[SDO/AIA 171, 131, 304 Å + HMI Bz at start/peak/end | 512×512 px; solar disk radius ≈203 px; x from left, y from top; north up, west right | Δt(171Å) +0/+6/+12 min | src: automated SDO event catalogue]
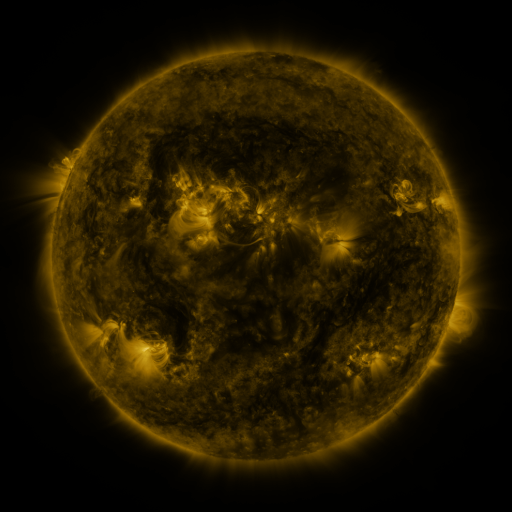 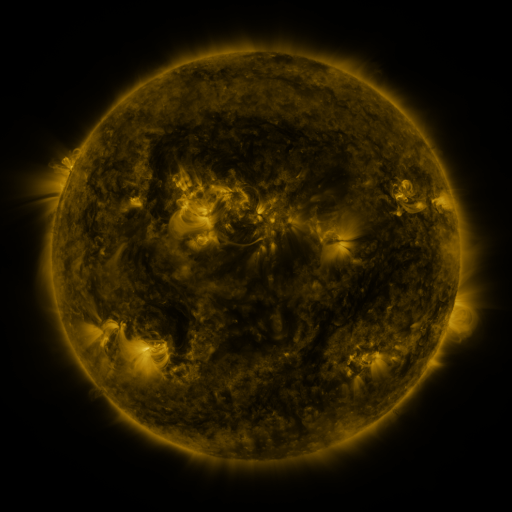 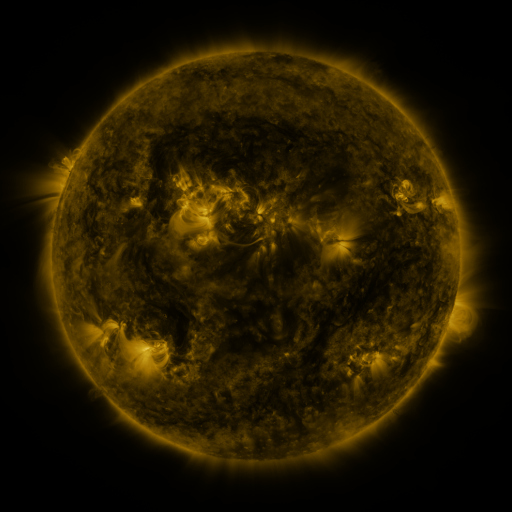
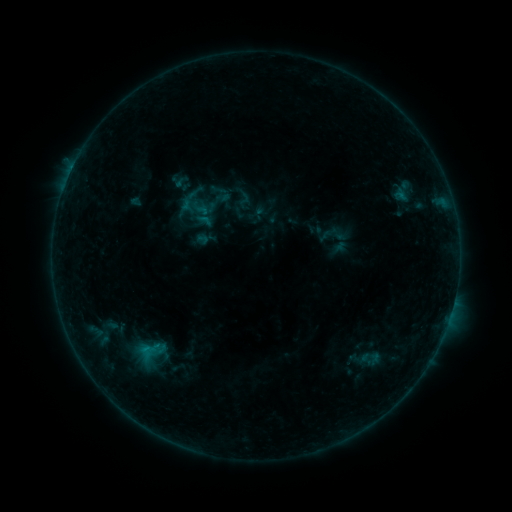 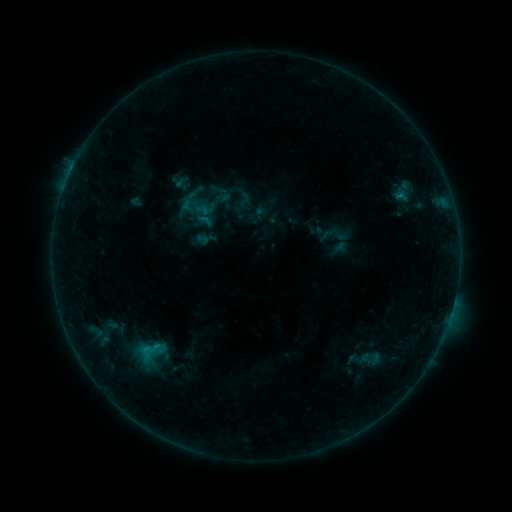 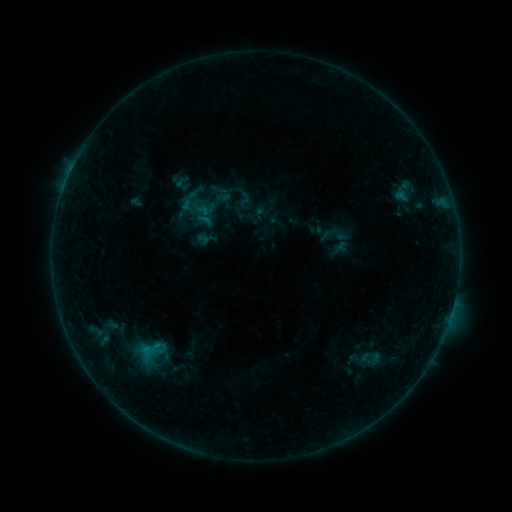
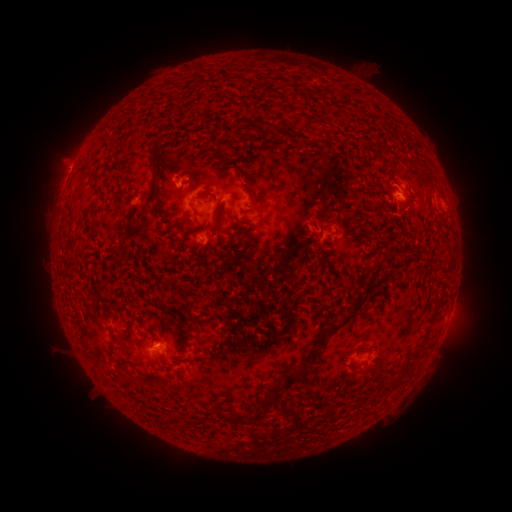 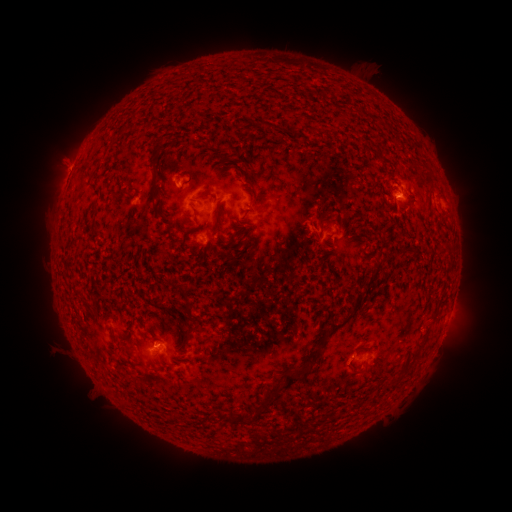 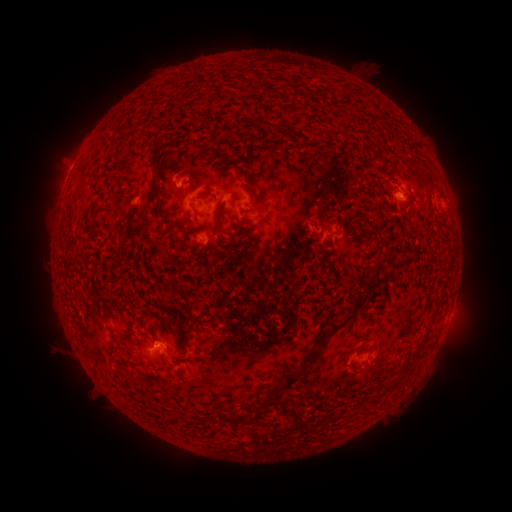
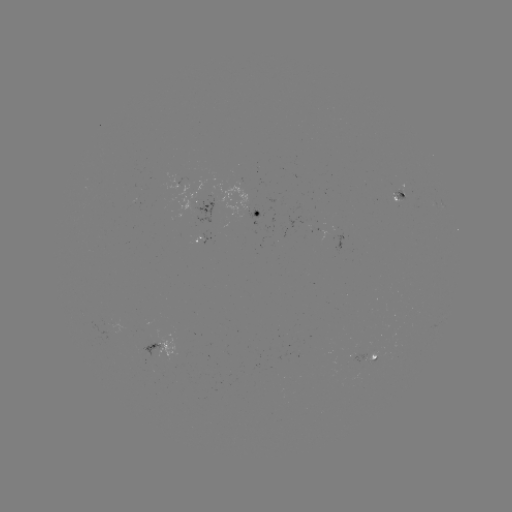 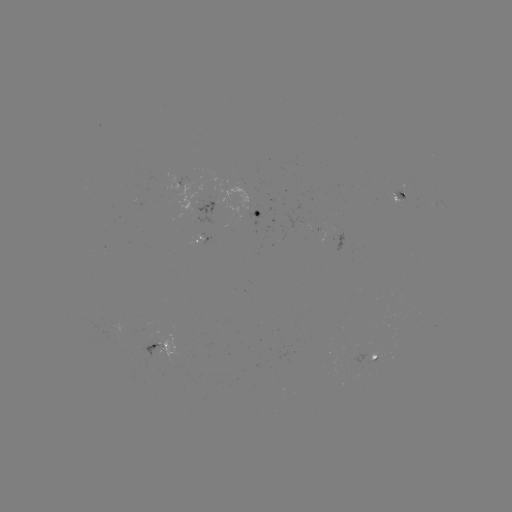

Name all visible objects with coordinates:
B3.5 flare: (155, 344)
